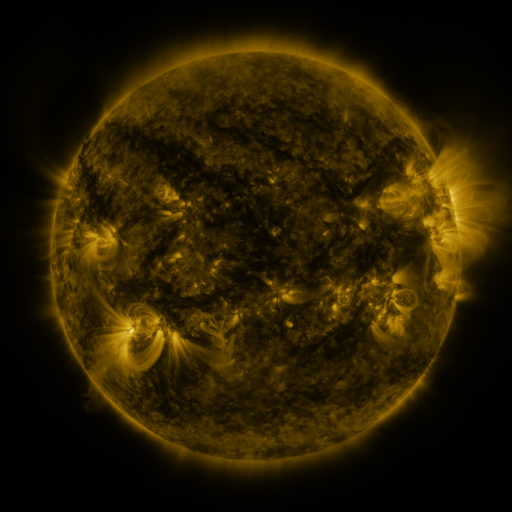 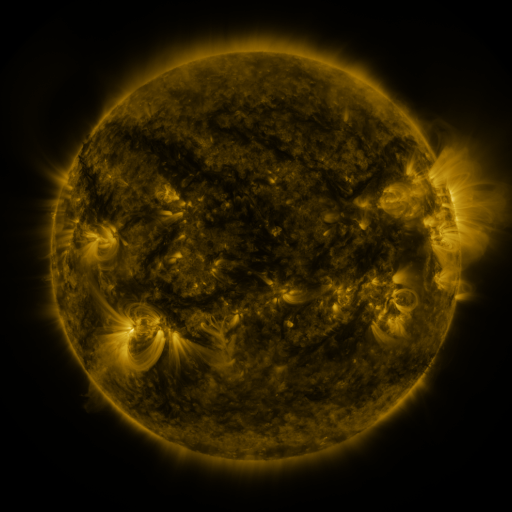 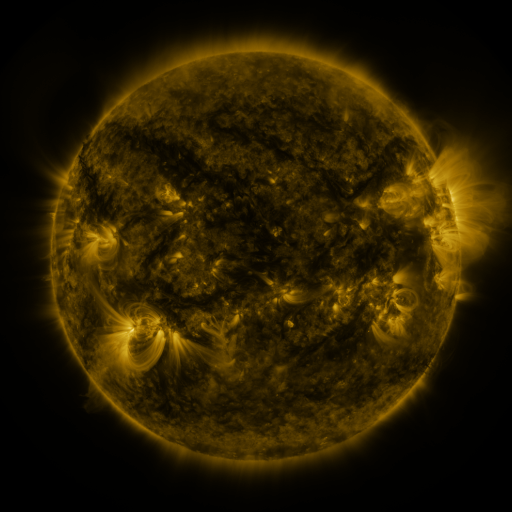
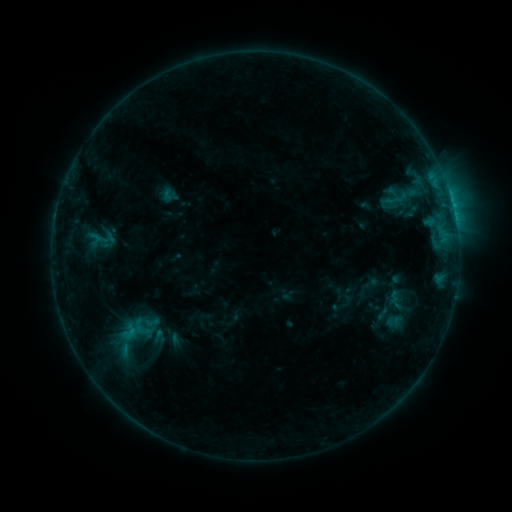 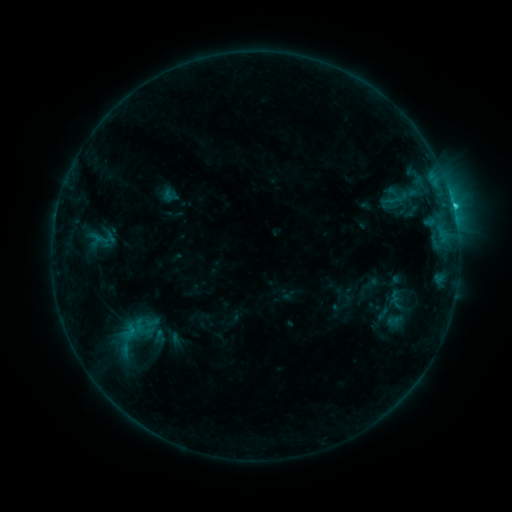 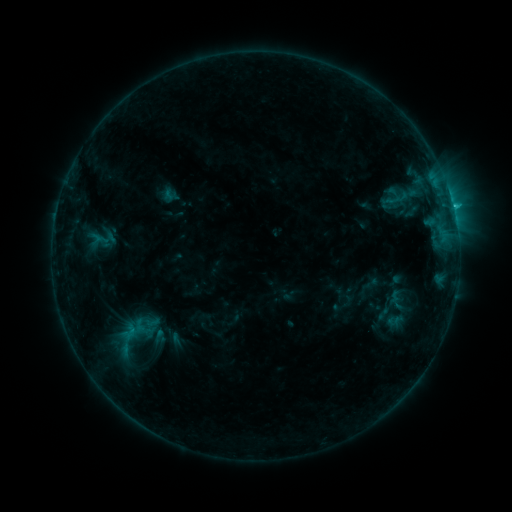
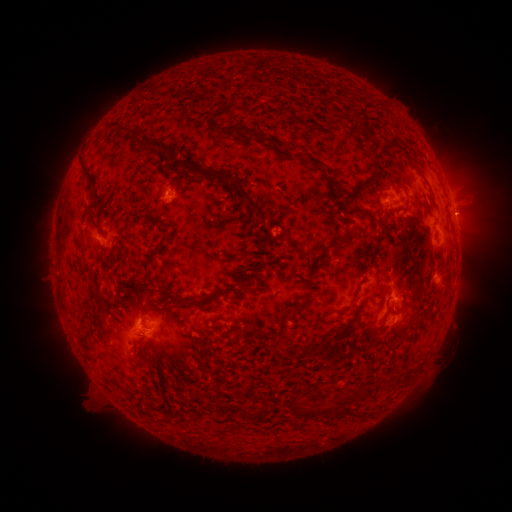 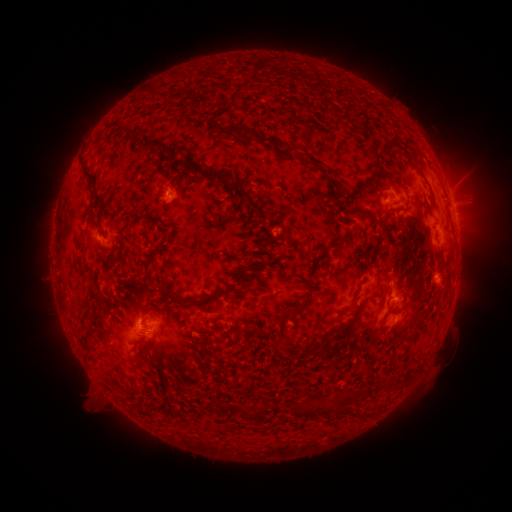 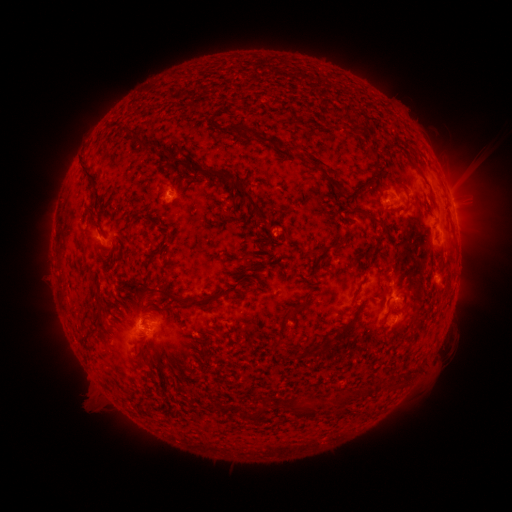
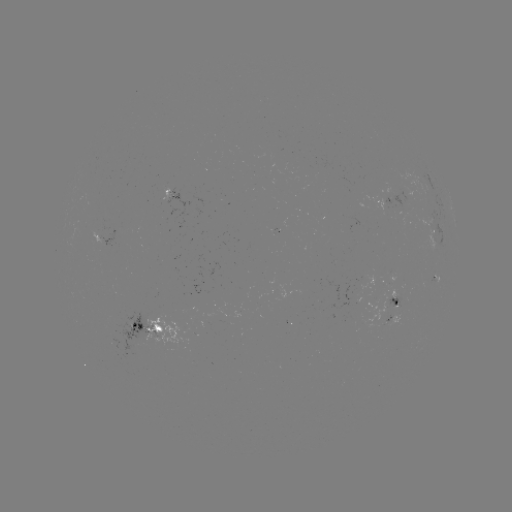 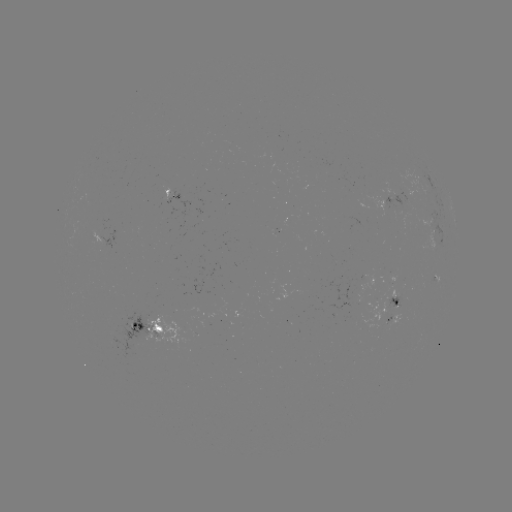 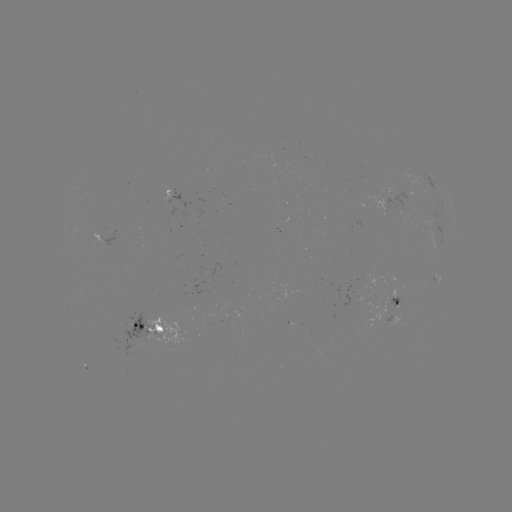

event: flare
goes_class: C1.2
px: (142, 324)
